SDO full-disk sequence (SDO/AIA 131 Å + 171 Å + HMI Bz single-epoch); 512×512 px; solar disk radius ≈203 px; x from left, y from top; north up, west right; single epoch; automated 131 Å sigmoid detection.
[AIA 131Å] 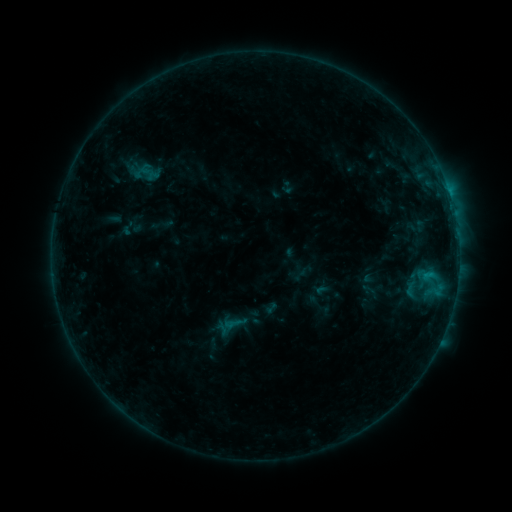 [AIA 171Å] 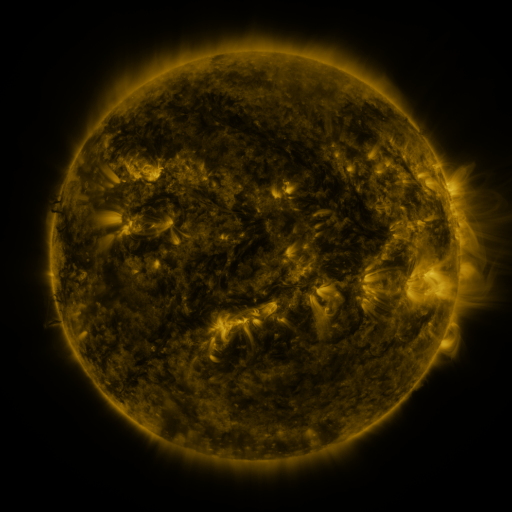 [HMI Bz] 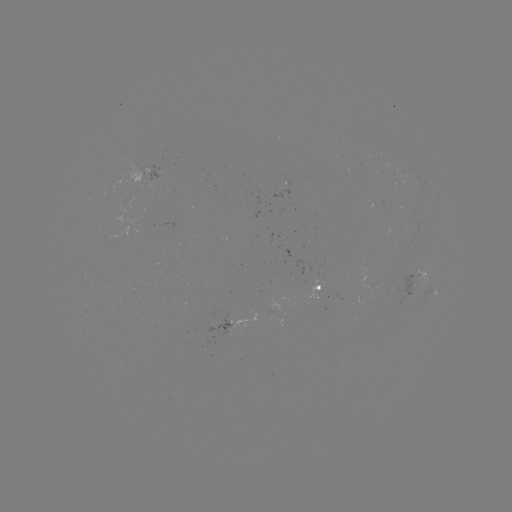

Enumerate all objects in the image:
sigmoid: <bbox>131, 158, 161, 187</bbox>
